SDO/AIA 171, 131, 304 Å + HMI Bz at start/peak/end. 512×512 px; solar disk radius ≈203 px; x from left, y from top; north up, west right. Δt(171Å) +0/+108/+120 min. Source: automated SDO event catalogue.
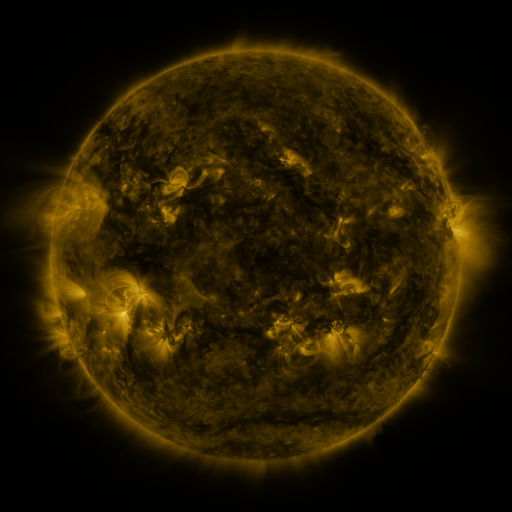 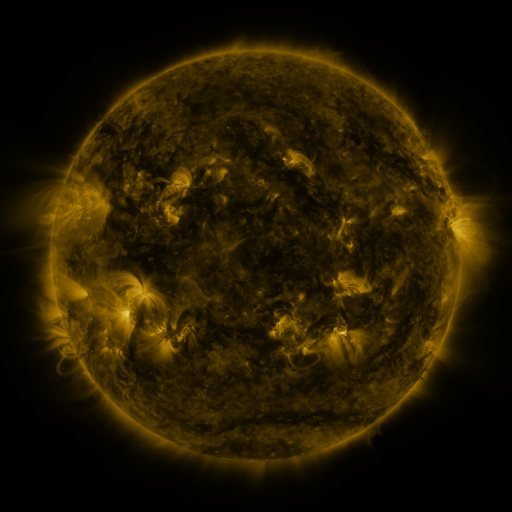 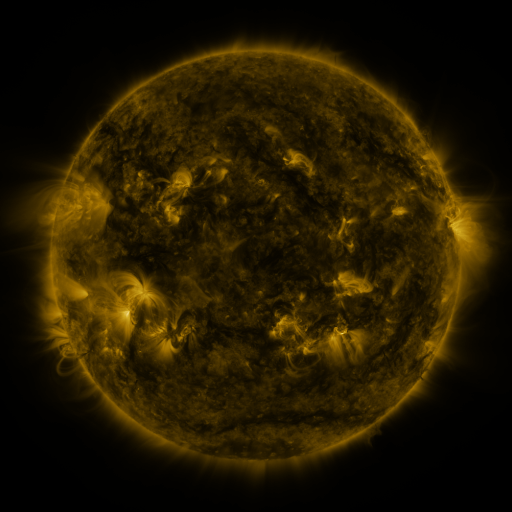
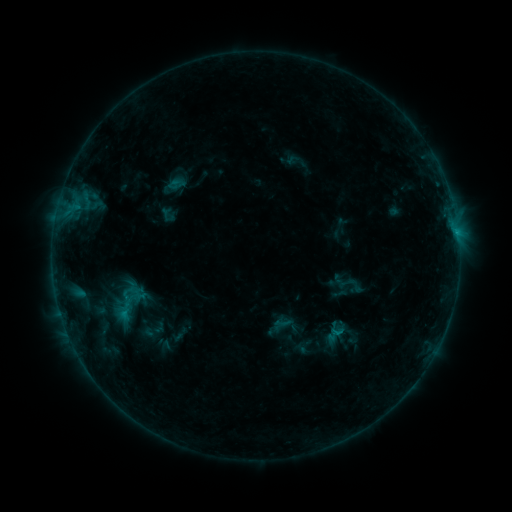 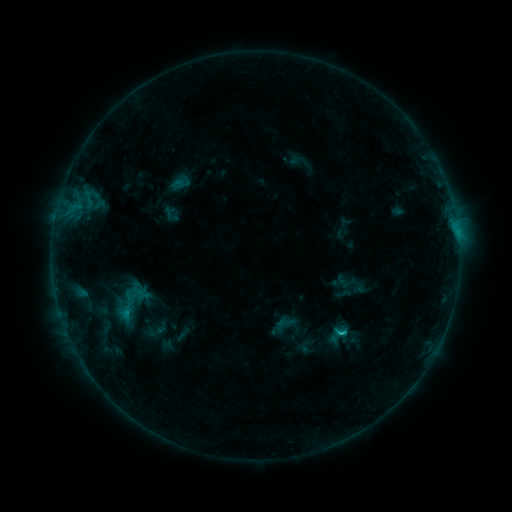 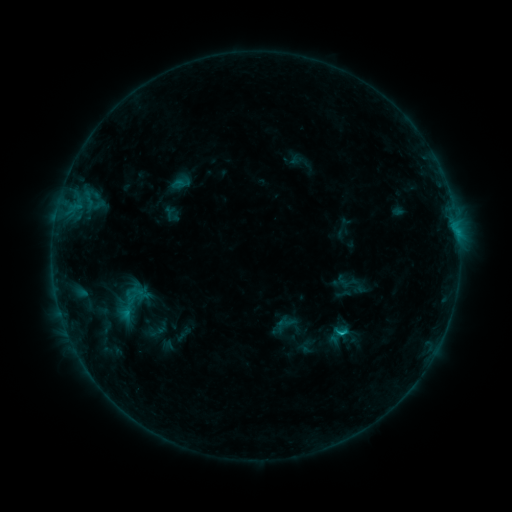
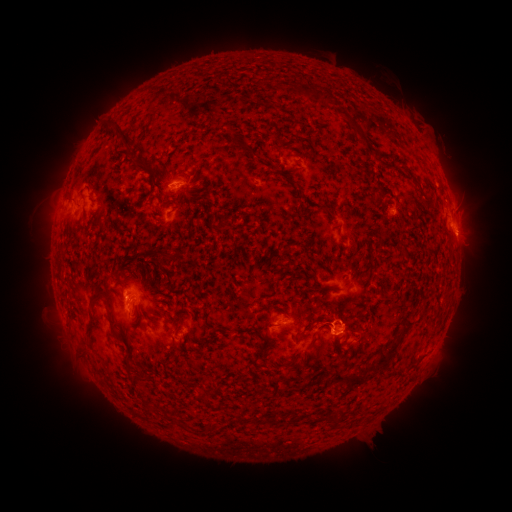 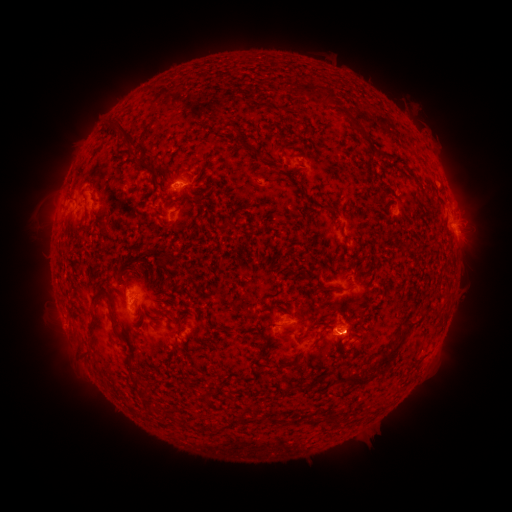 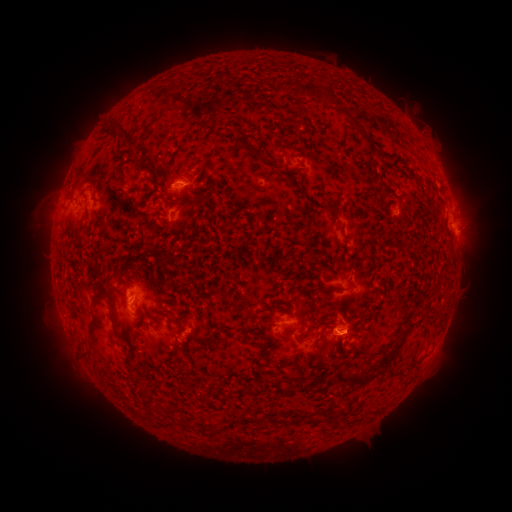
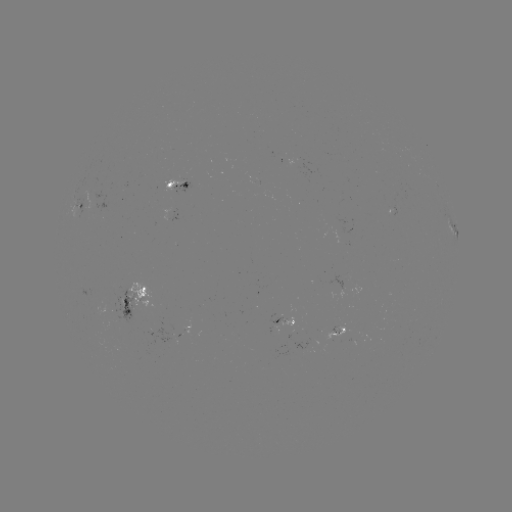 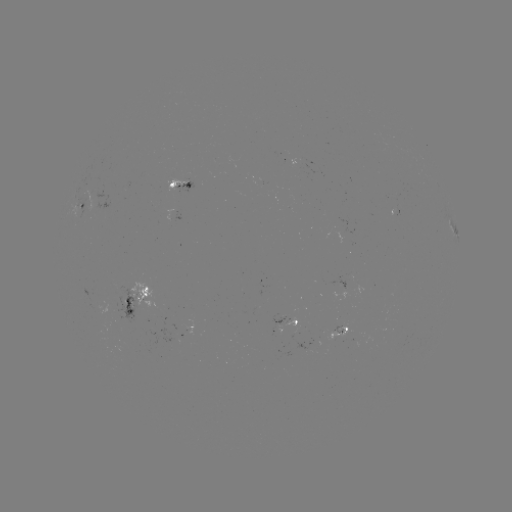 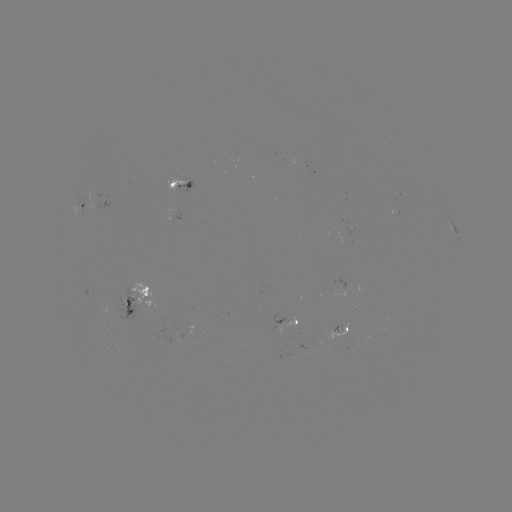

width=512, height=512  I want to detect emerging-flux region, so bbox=[271, 313, 288, 324].